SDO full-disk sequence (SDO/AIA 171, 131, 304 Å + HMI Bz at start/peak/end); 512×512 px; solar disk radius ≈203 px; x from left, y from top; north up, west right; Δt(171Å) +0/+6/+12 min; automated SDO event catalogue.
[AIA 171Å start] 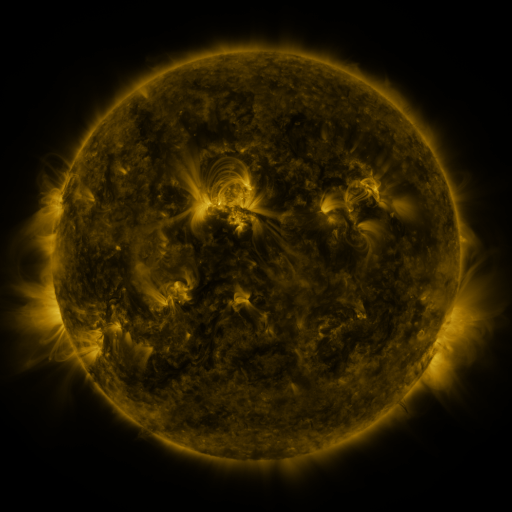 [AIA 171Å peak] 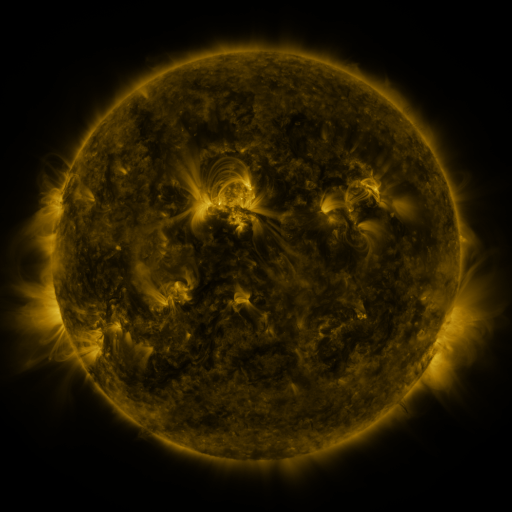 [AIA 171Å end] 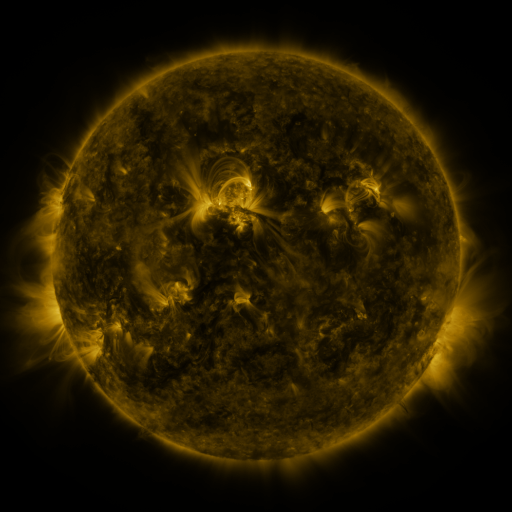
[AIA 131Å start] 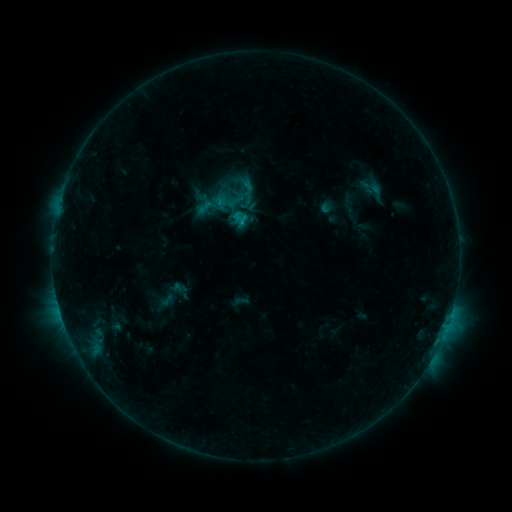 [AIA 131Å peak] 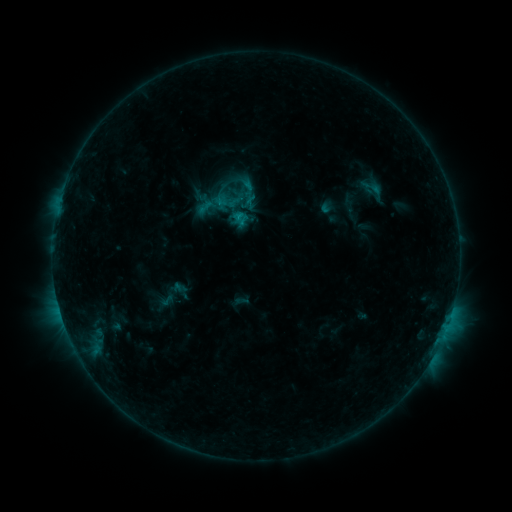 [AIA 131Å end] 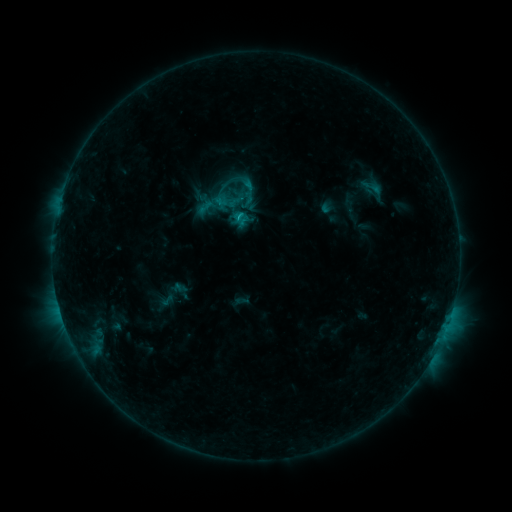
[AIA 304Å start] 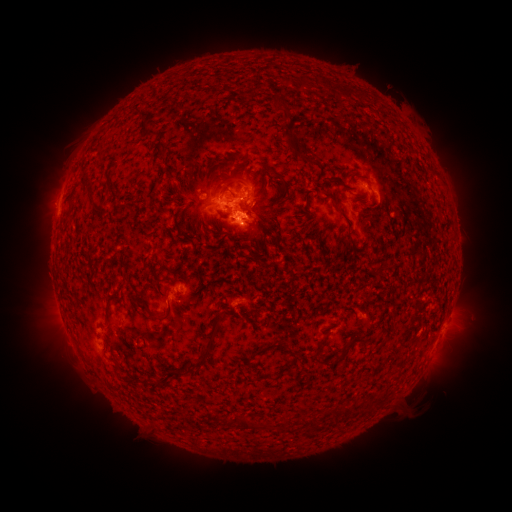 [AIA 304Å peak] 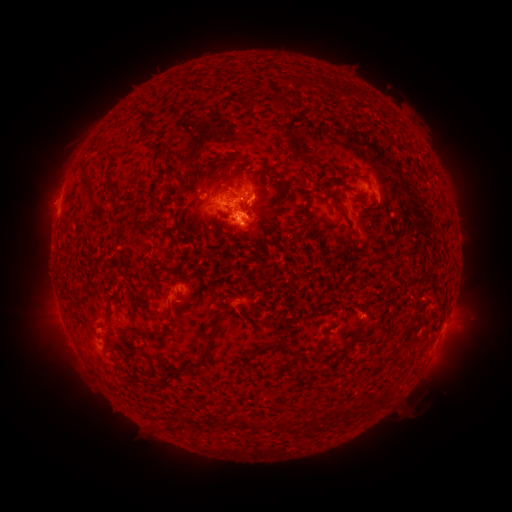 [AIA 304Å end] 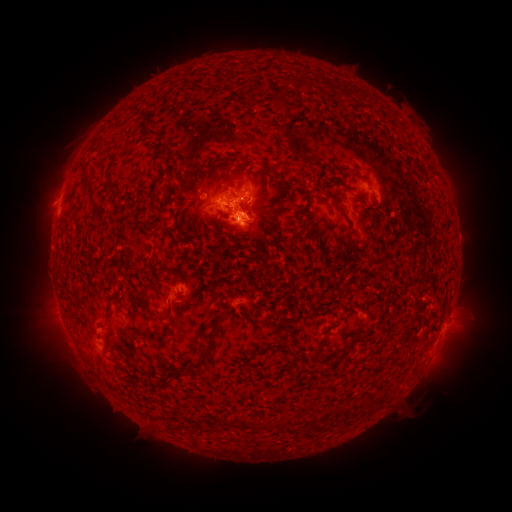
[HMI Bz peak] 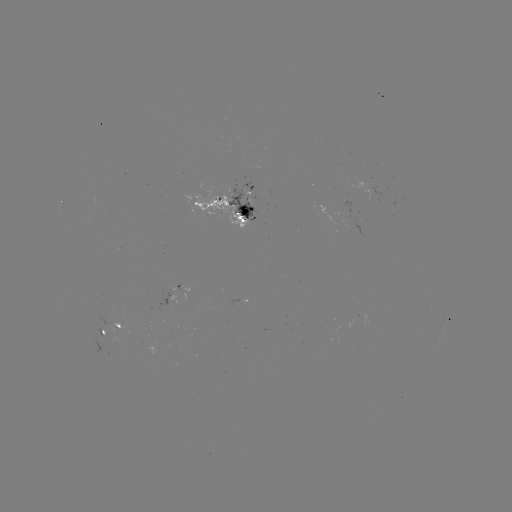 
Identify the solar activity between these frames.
eruption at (266, 194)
